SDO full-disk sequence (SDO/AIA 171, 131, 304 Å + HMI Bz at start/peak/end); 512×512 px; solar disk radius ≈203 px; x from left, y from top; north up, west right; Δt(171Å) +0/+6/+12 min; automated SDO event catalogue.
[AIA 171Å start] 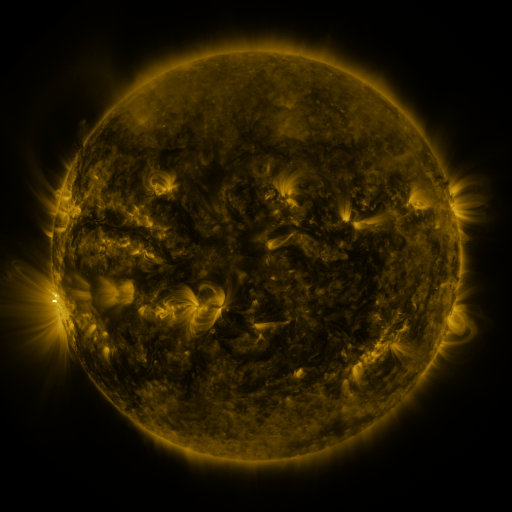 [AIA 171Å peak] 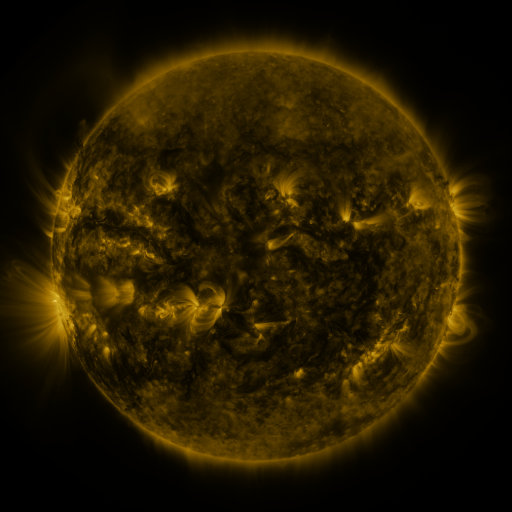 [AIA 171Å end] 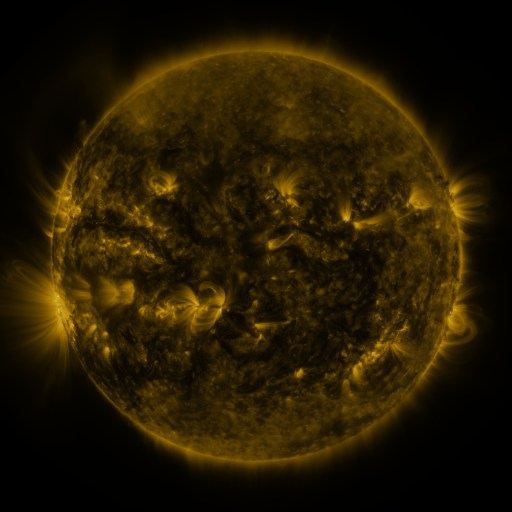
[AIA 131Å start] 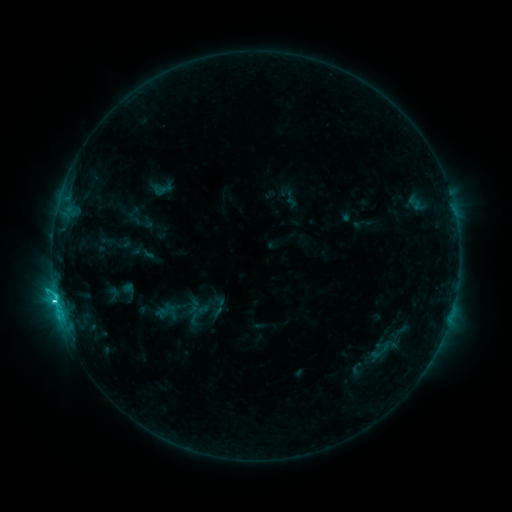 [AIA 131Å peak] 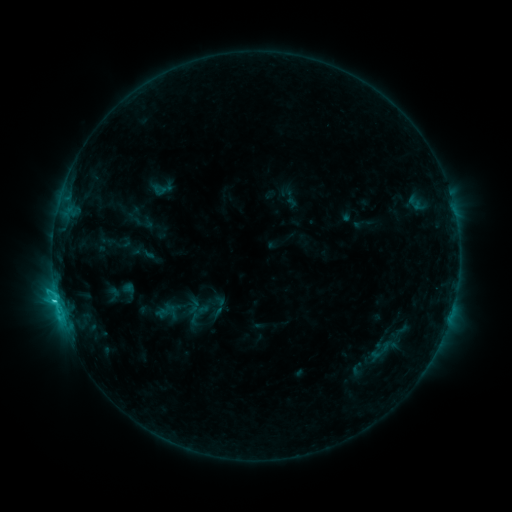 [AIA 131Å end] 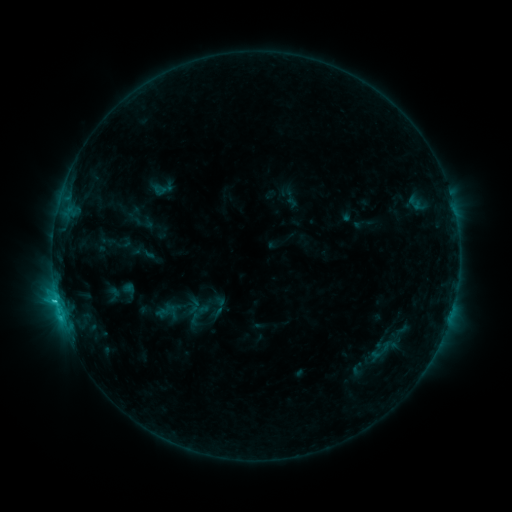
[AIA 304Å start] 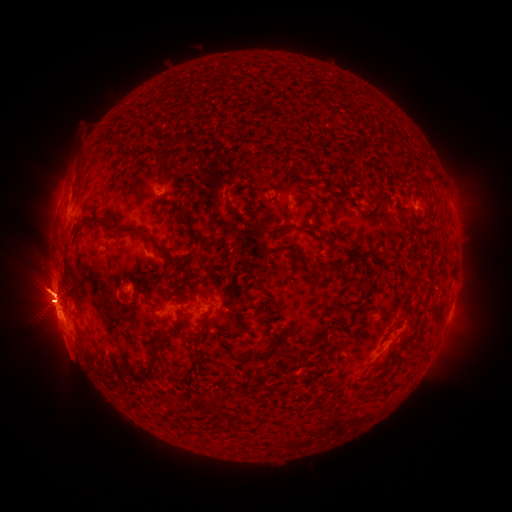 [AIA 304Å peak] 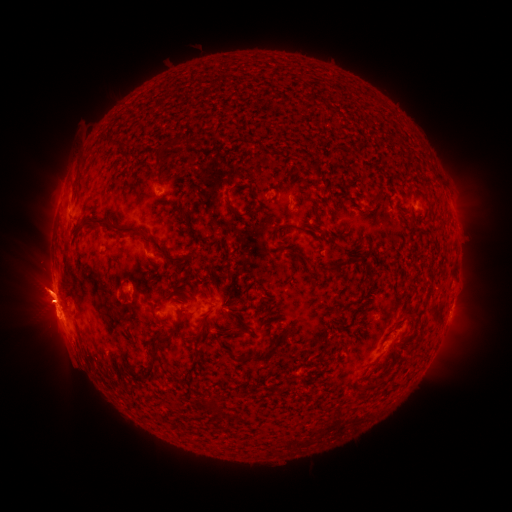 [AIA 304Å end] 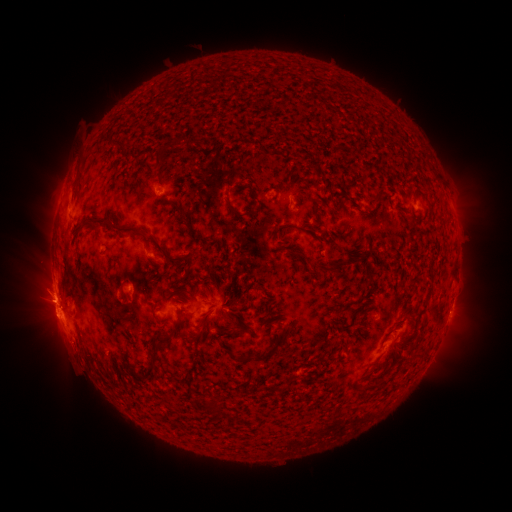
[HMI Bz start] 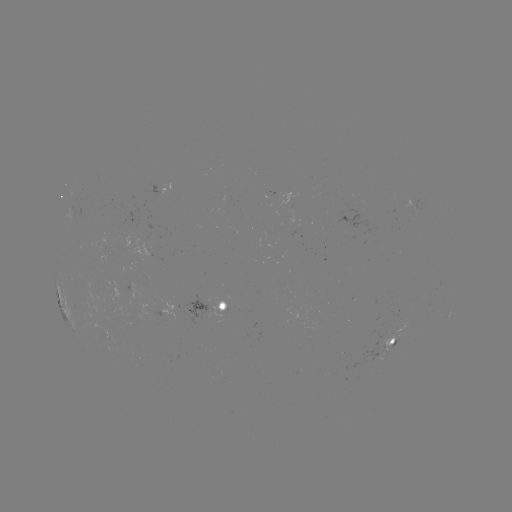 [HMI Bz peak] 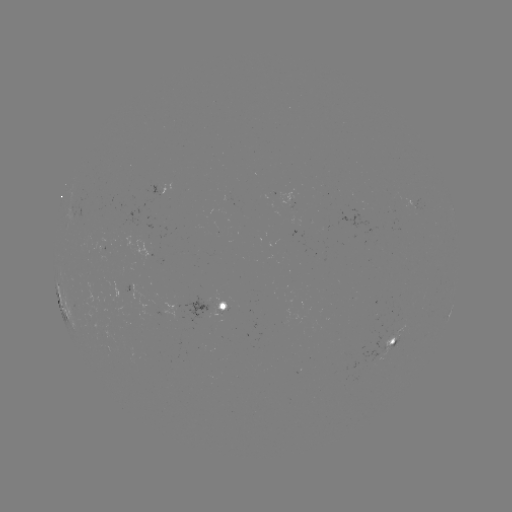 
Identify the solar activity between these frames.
eruption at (43, 290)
